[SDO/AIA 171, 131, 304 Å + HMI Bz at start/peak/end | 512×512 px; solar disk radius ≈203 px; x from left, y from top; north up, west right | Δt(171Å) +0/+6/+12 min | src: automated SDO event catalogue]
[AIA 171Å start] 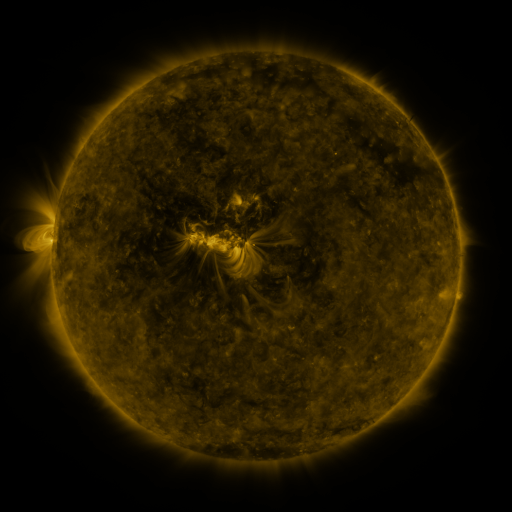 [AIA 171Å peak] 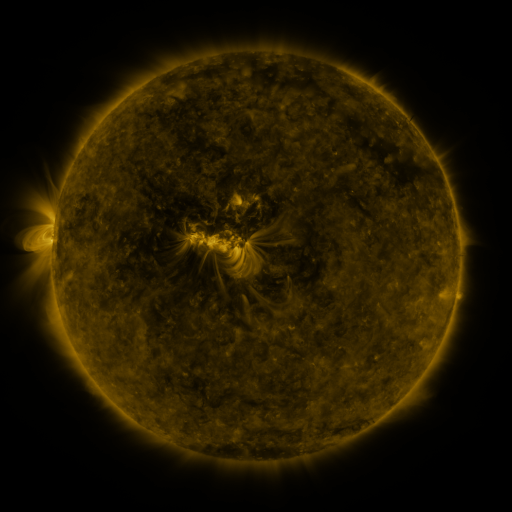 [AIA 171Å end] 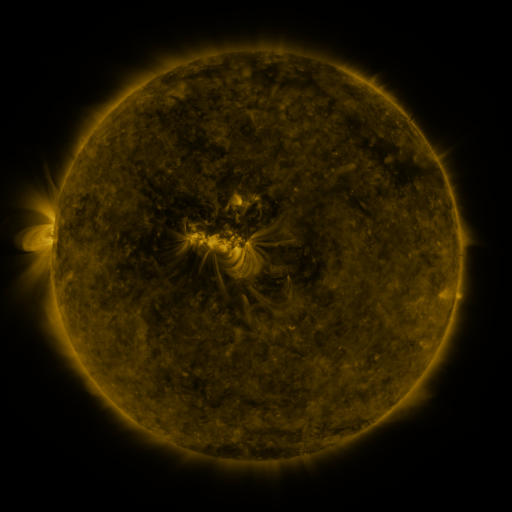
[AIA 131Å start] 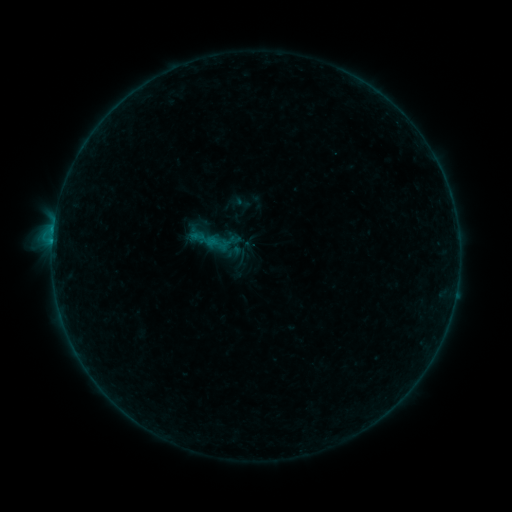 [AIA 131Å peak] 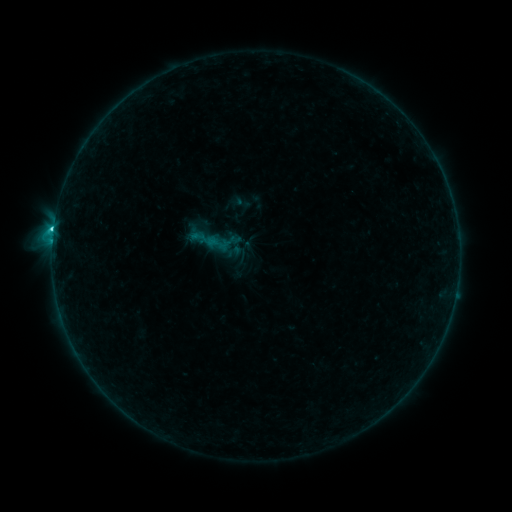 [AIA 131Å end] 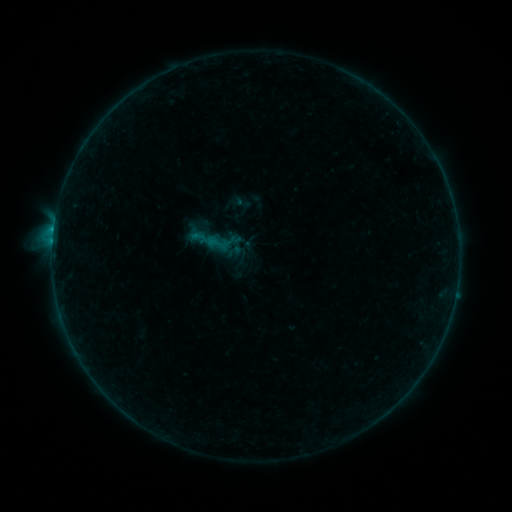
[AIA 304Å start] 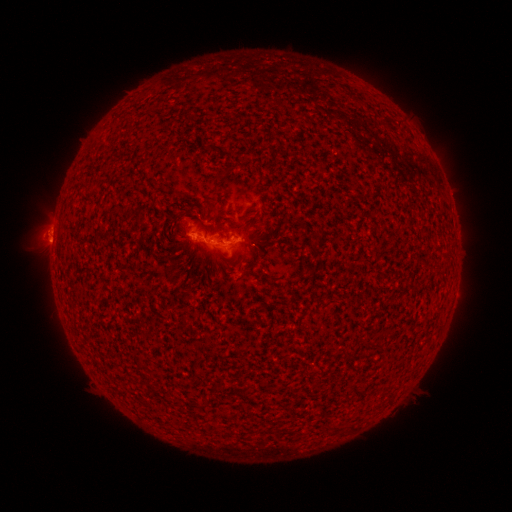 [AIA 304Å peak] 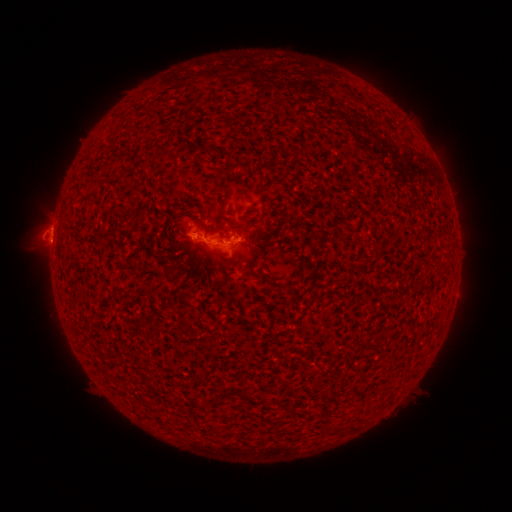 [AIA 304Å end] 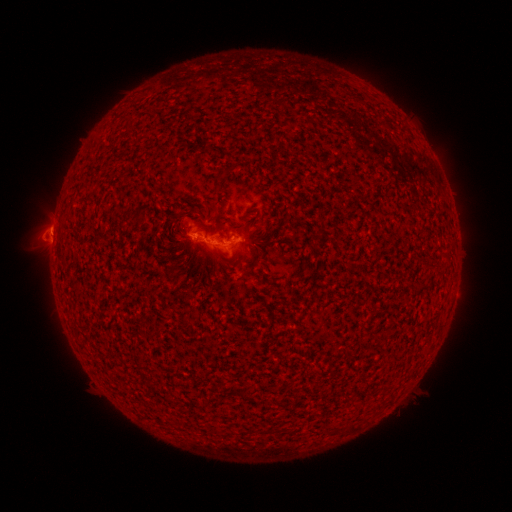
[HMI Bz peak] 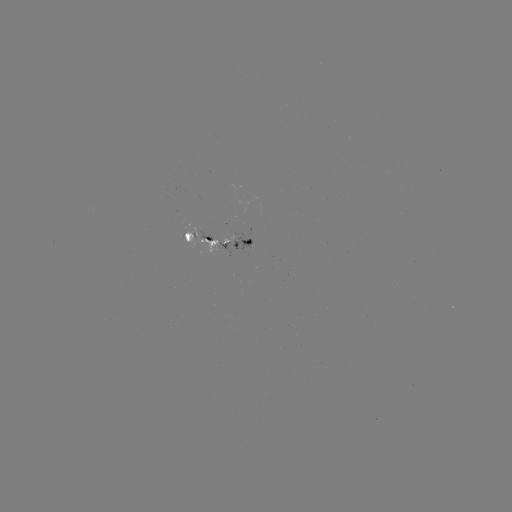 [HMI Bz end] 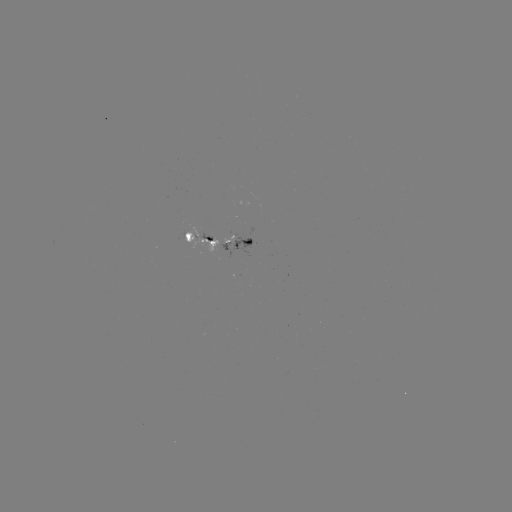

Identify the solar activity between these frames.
C1.3 flare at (54, 231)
